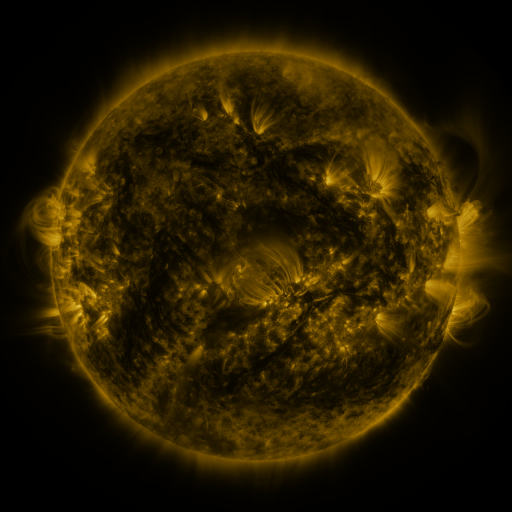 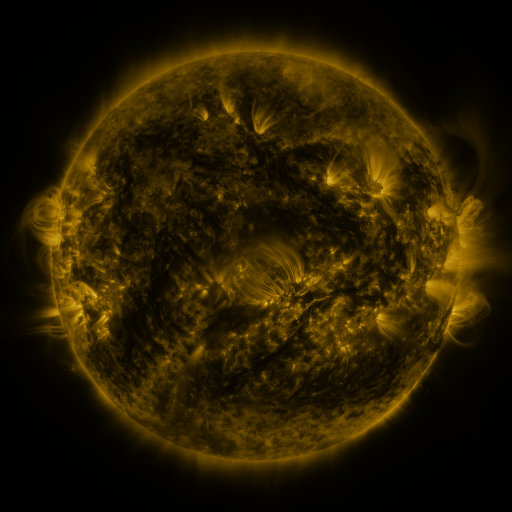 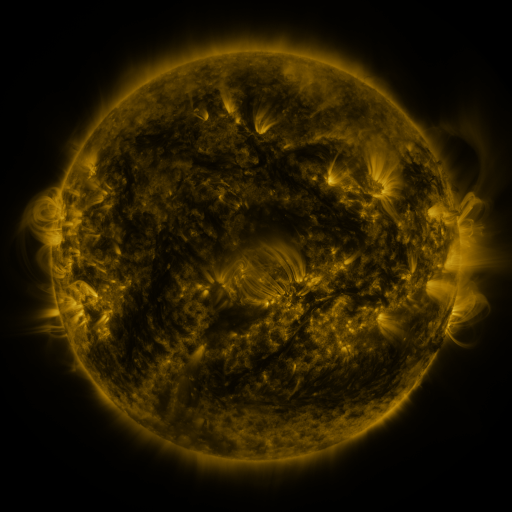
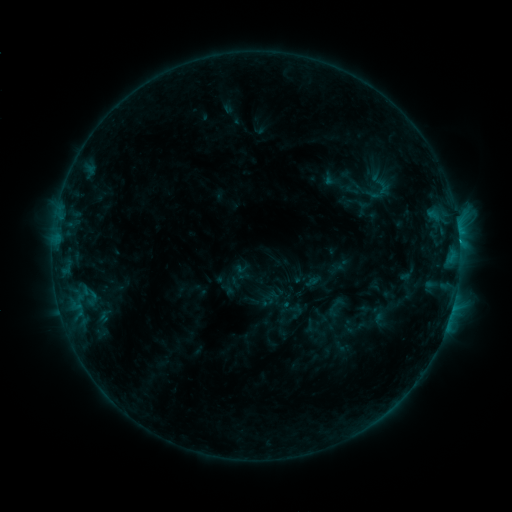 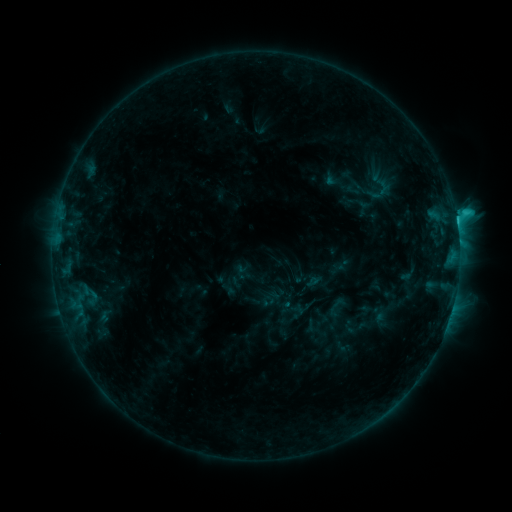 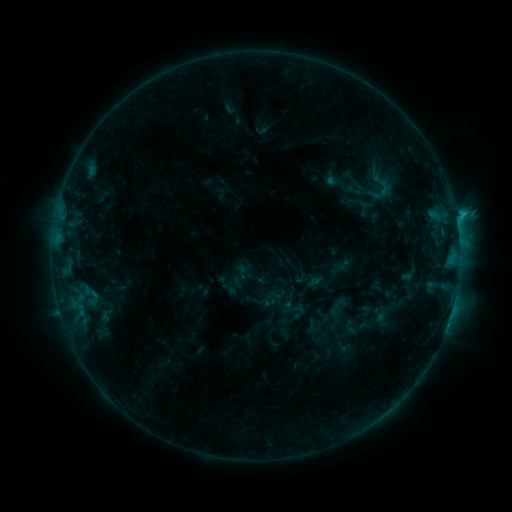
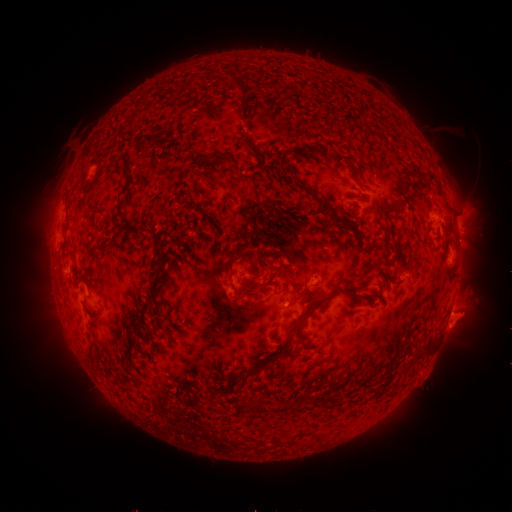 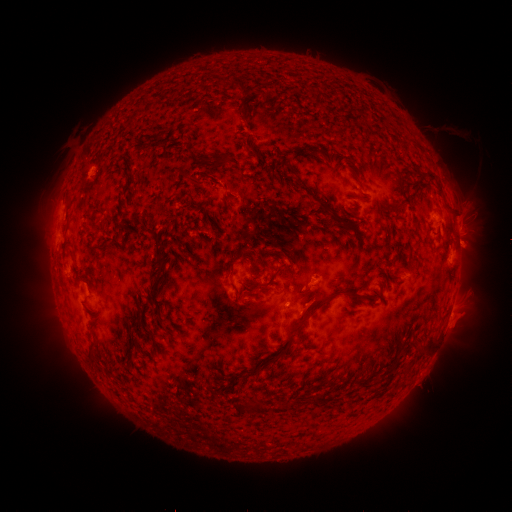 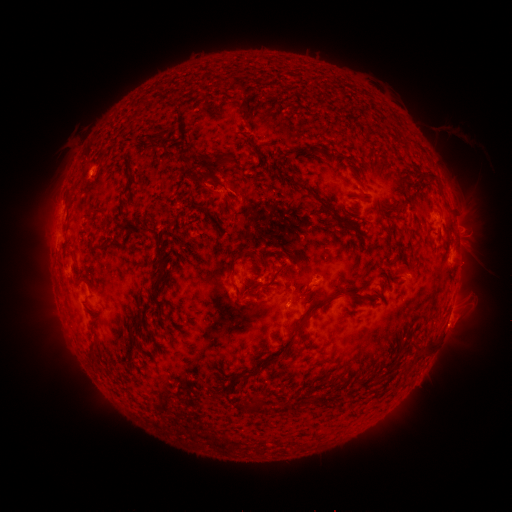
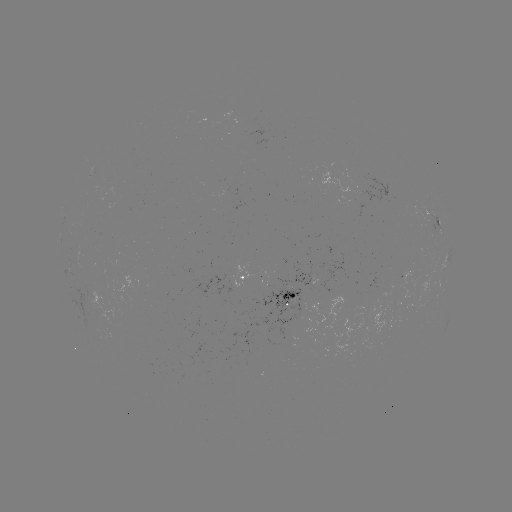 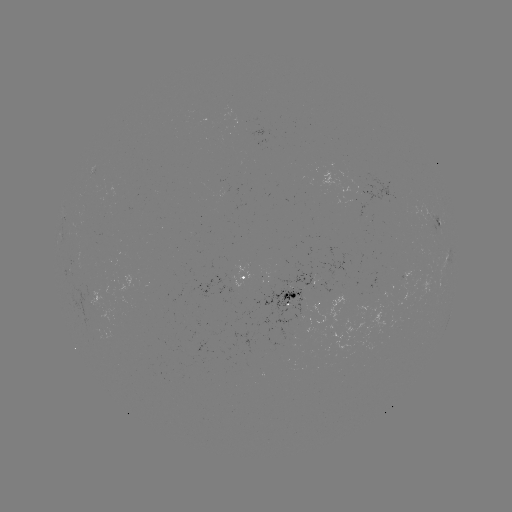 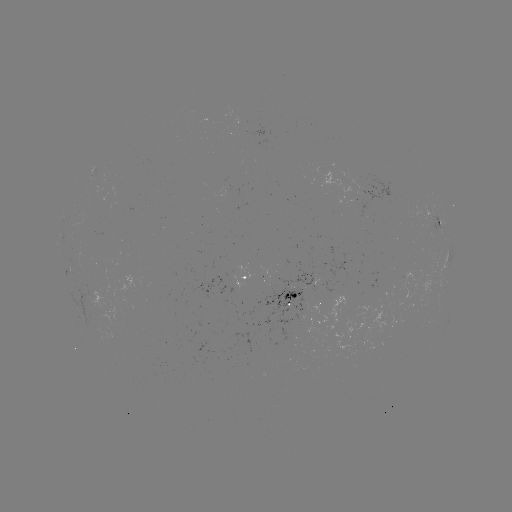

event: flare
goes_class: C2.4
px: (456, 223)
